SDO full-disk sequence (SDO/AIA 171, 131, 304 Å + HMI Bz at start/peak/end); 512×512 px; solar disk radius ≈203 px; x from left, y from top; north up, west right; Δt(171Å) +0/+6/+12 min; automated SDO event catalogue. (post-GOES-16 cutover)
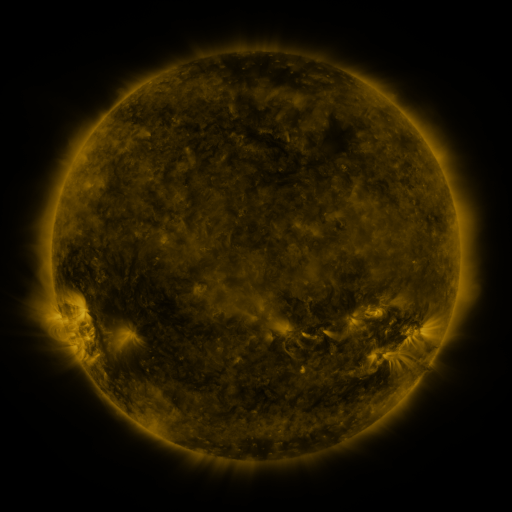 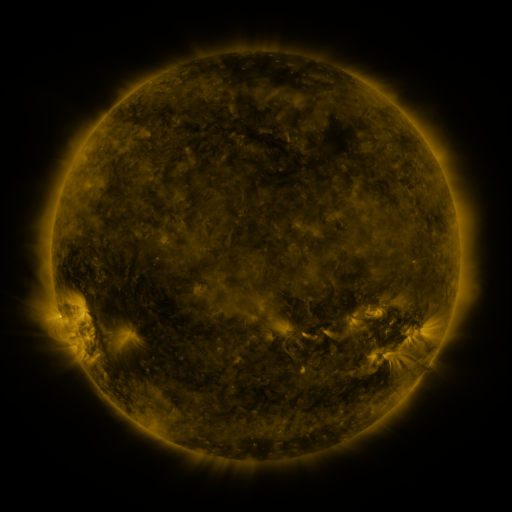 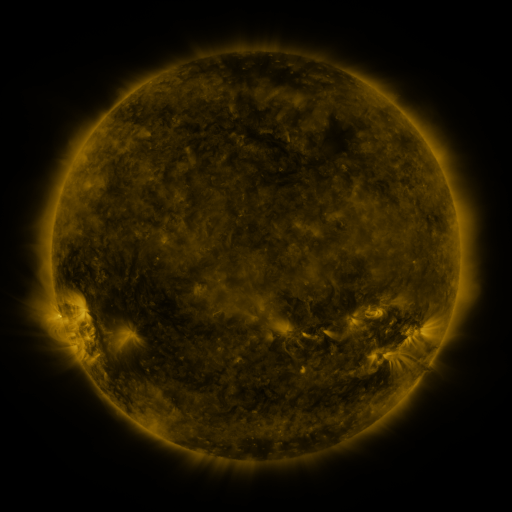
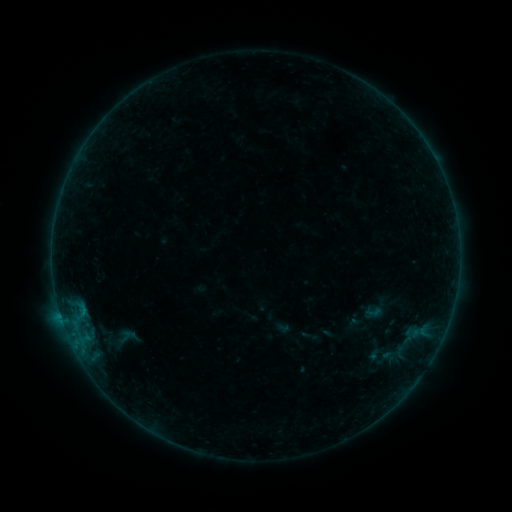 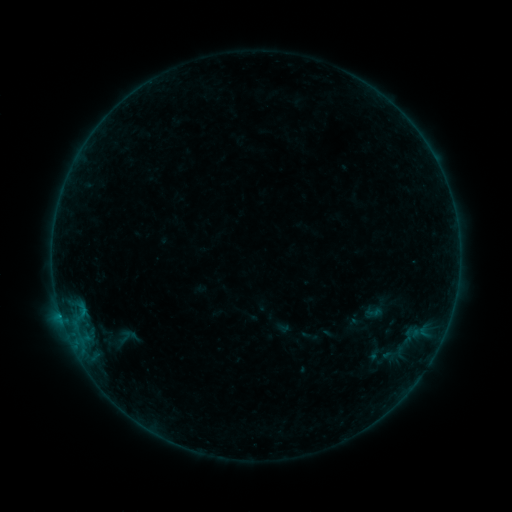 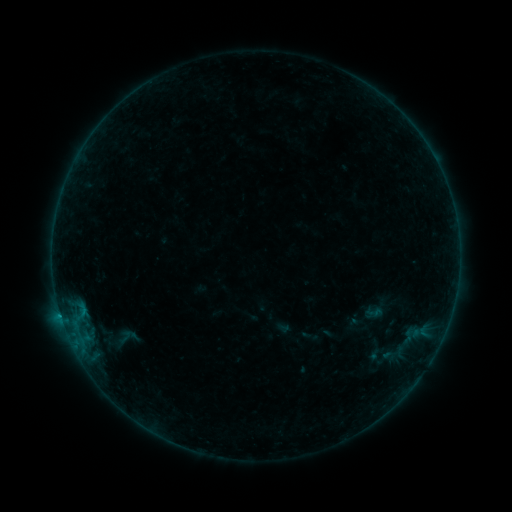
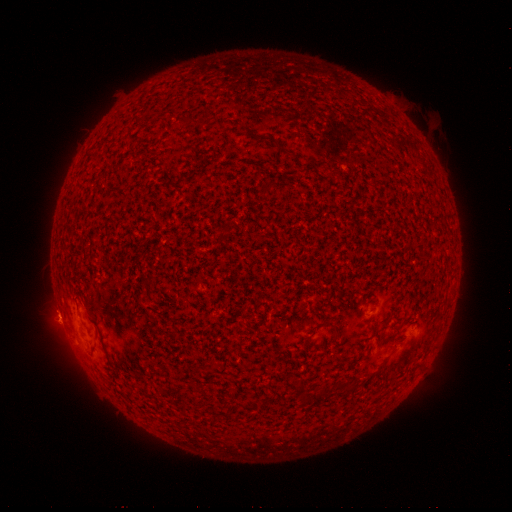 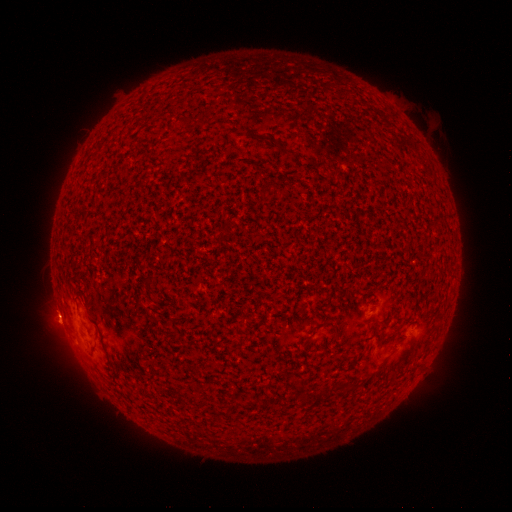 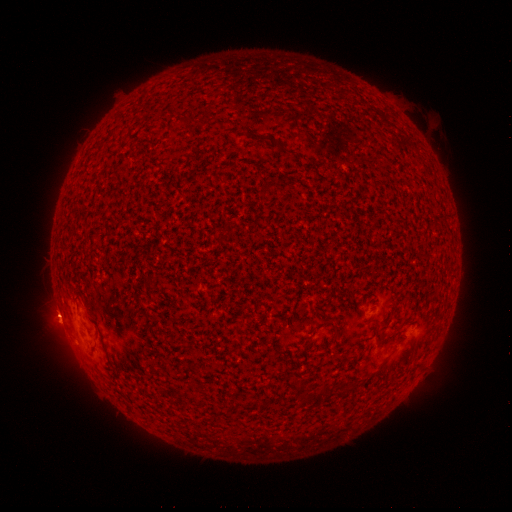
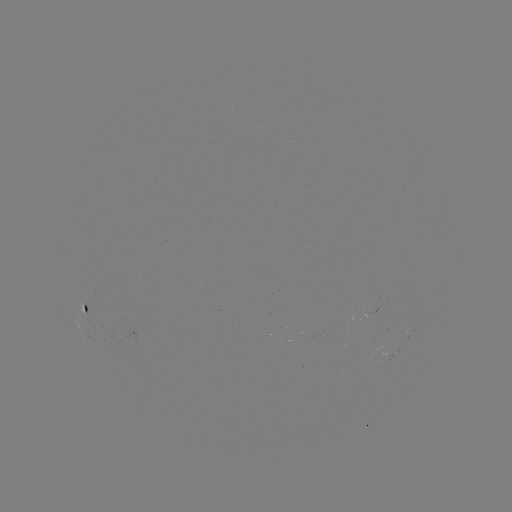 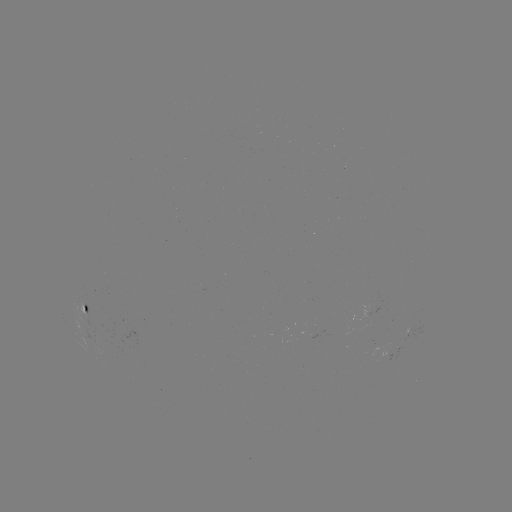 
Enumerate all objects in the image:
B2.5 flare: (61, 315)
